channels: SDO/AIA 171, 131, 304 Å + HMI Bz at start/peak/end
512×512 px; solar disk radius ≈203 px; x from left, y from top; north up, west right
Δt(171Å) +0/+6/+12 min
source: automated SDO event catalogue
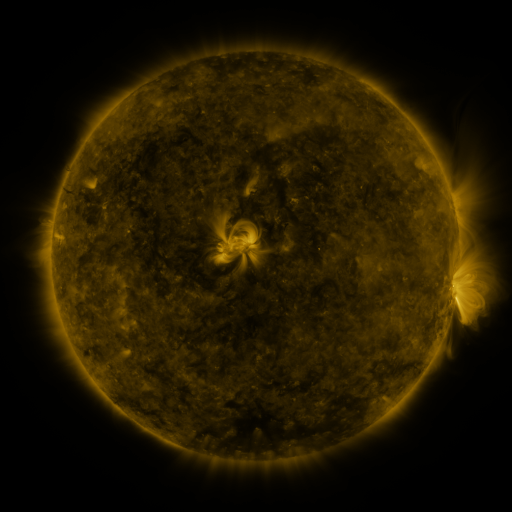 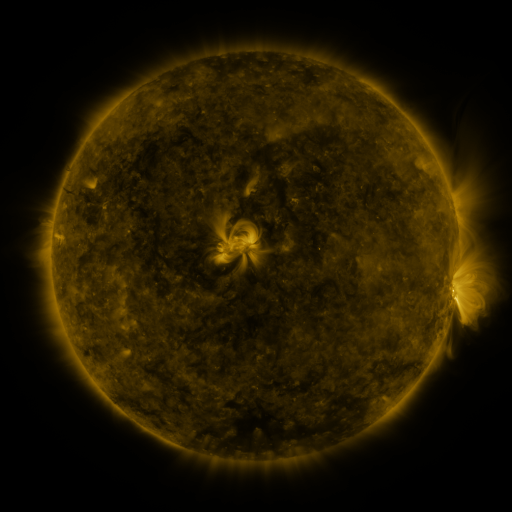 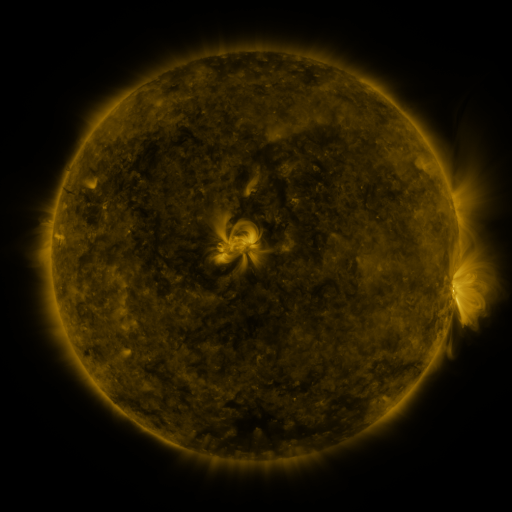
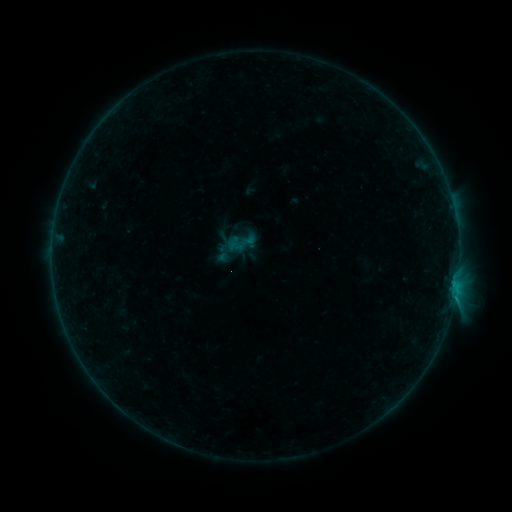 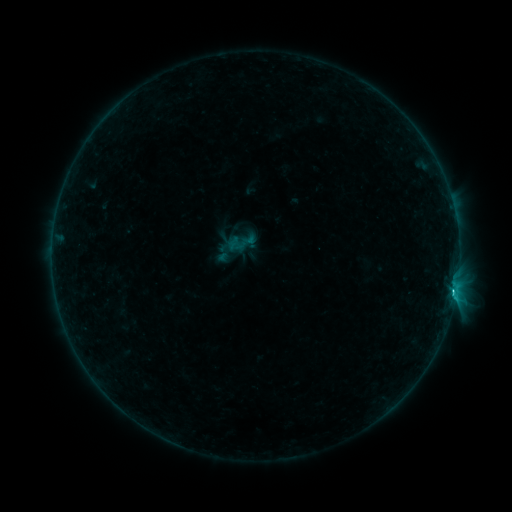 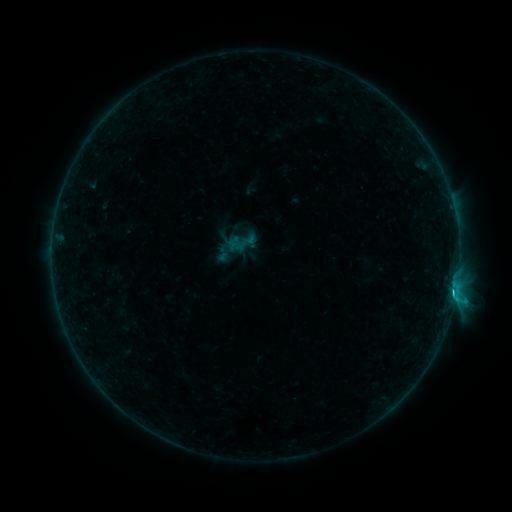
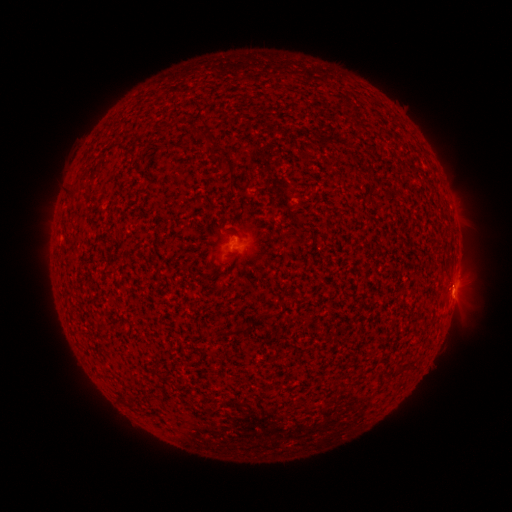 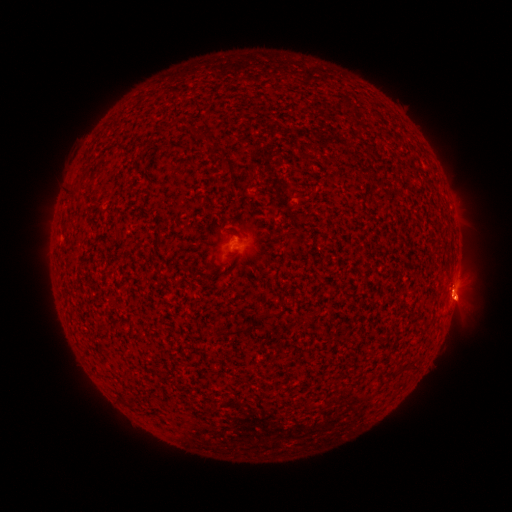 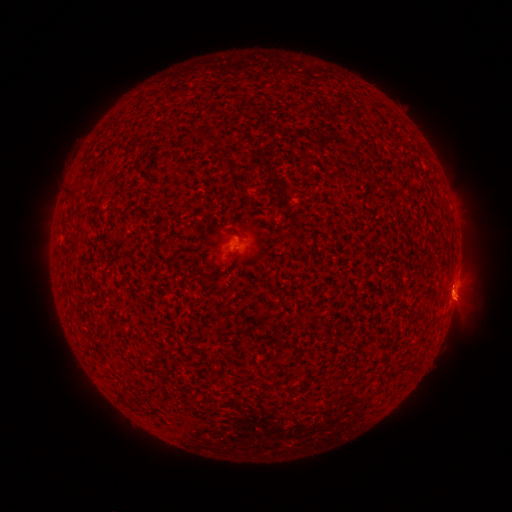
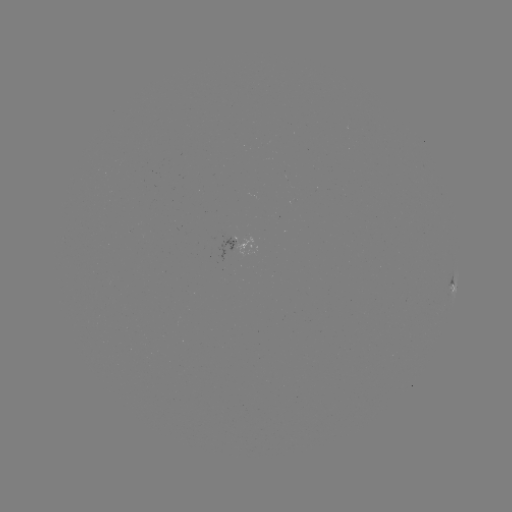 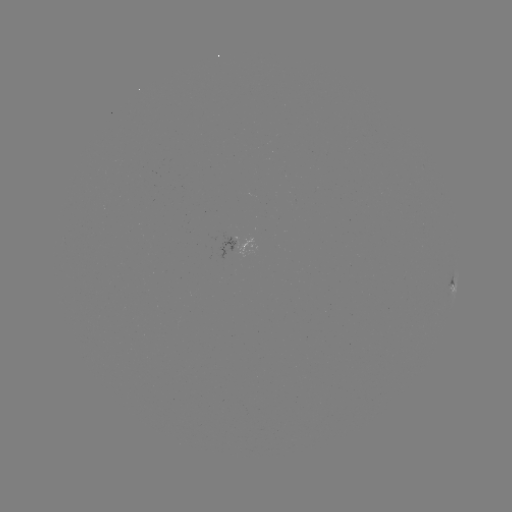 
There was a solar flare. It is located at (453, 291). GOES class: B9.8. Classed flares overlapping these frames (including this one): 1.